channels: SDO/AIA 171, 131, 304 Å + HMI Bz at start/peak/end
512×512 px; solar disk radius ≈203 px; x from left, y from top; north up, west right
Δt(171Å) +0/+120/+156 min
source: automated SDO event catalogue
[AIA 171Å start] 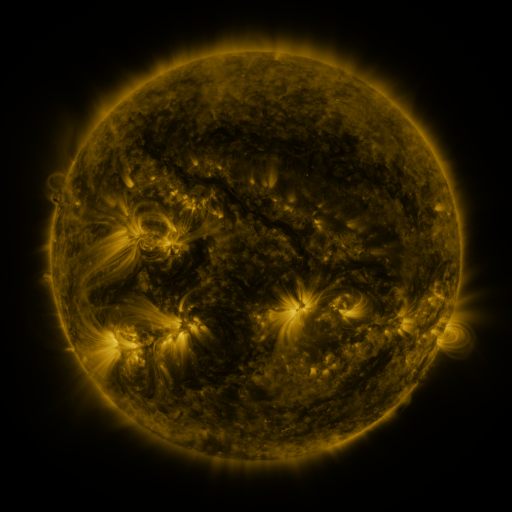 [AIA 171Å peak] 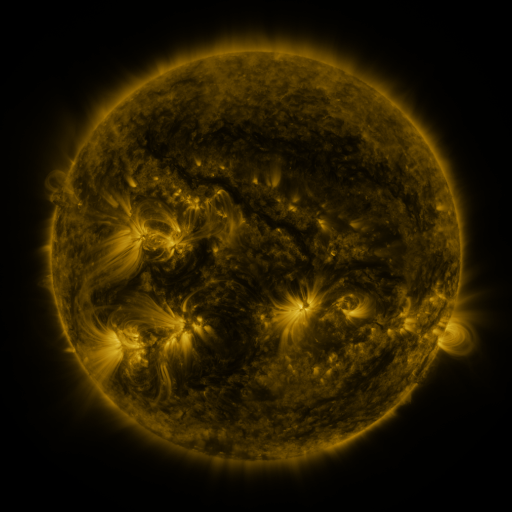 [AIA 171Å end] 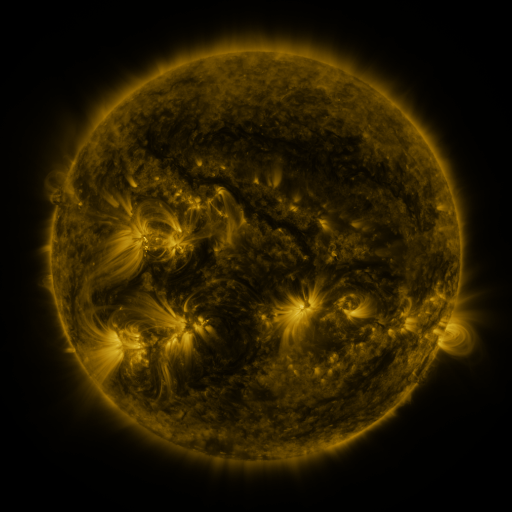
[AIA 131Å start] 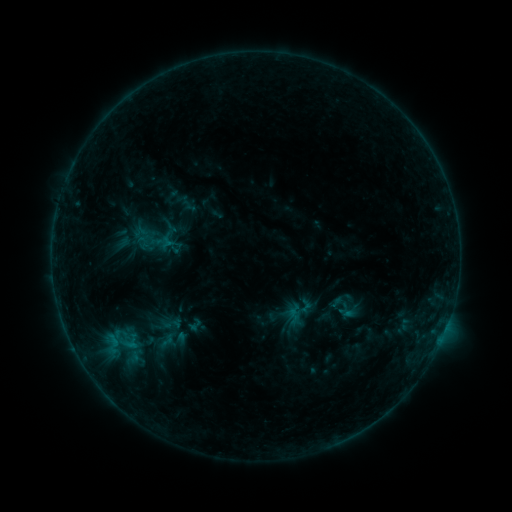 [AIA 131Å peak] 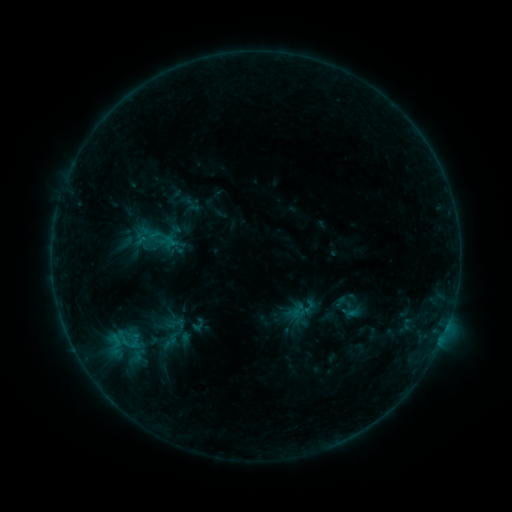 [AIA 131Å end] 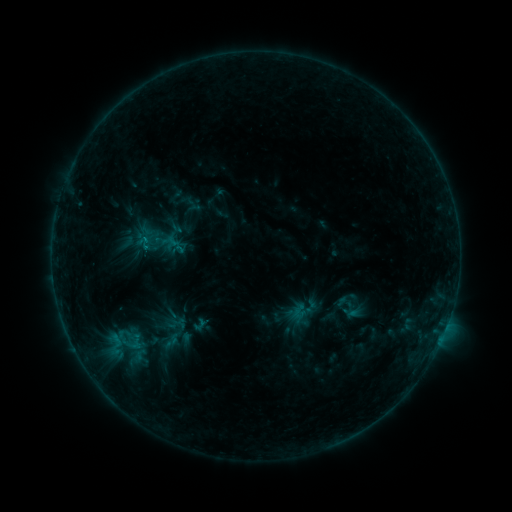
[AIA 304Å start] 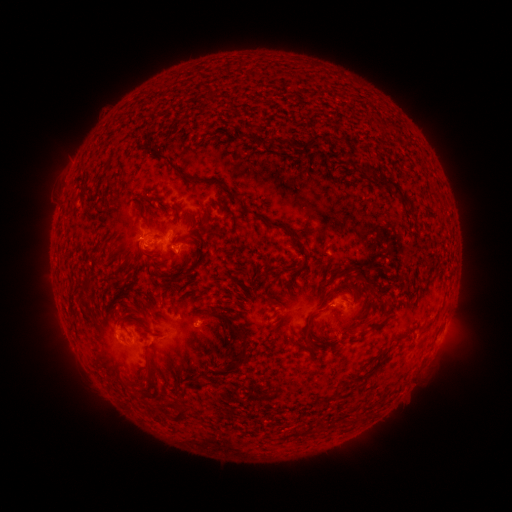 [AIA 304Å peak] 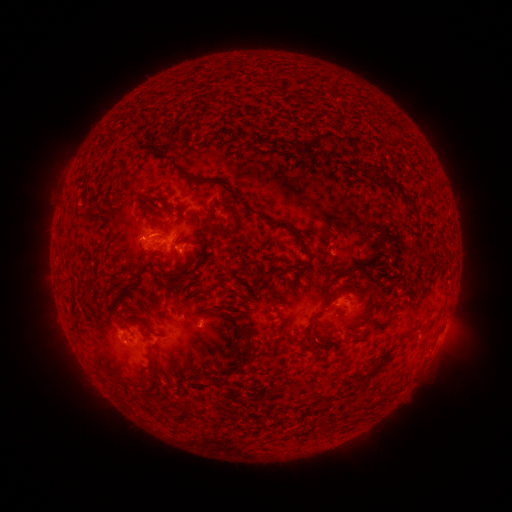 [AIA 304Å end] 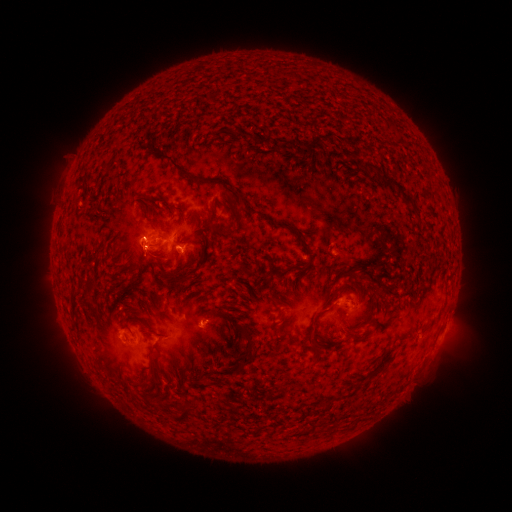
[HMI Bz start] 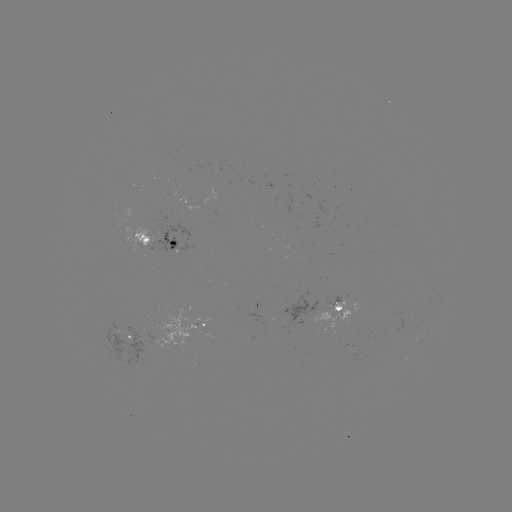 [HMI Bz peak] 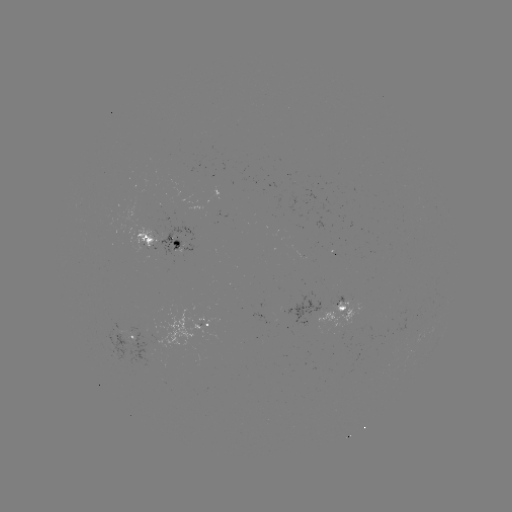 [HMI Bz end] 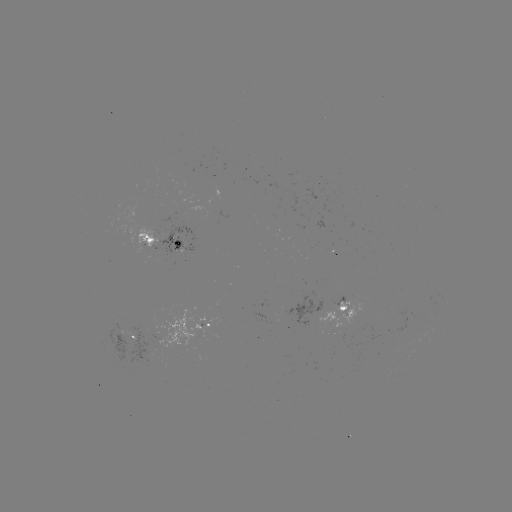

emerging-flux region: <bbox>328, 242, 333, 253</bbox>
